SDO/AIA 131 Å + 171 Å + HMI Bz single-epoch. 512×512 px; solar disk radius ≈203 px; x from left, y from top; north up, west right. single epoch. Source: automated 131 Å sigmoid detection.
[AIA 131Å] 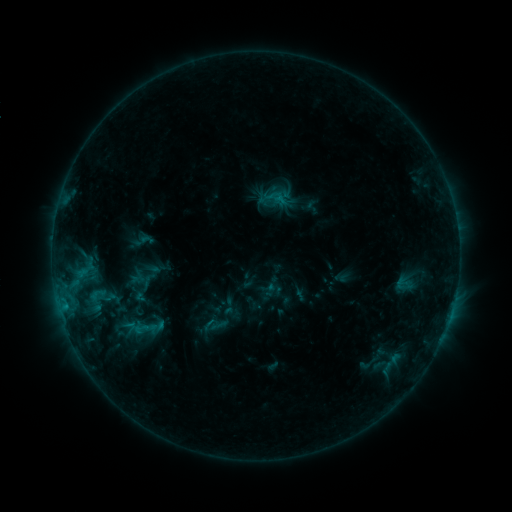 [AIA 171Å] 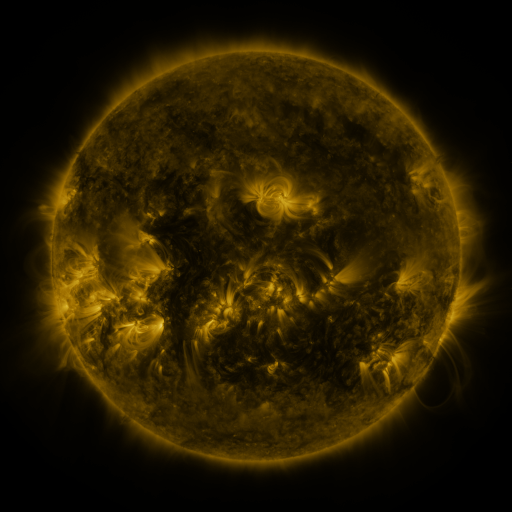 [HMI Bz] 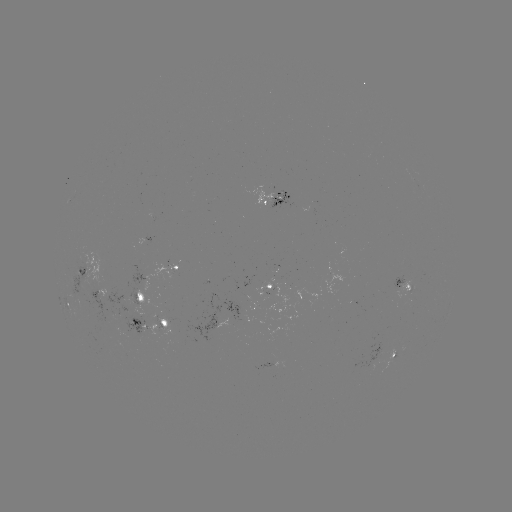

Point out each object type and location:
sigmoid: [82, 282, 121, 311]
